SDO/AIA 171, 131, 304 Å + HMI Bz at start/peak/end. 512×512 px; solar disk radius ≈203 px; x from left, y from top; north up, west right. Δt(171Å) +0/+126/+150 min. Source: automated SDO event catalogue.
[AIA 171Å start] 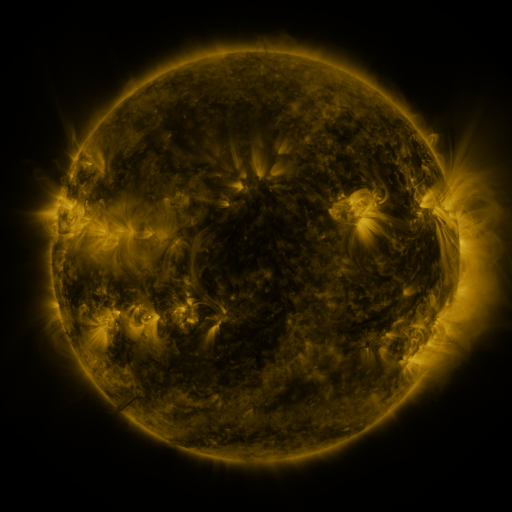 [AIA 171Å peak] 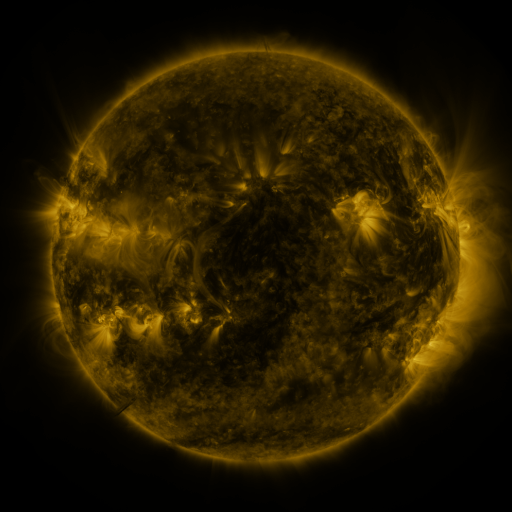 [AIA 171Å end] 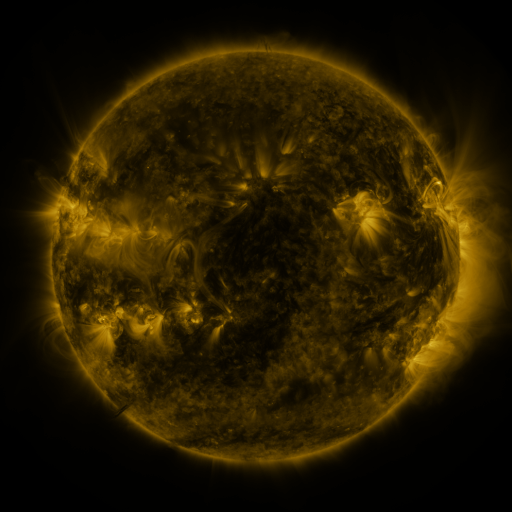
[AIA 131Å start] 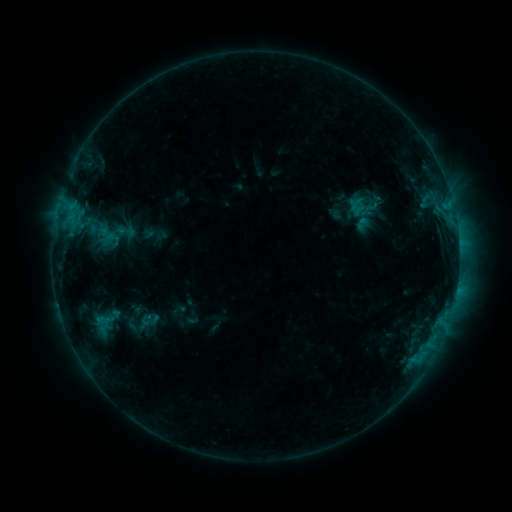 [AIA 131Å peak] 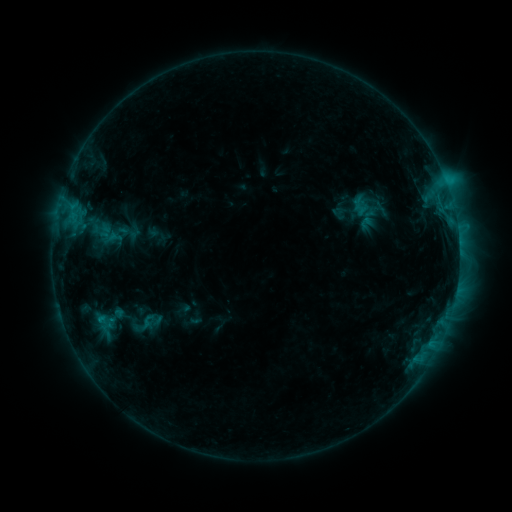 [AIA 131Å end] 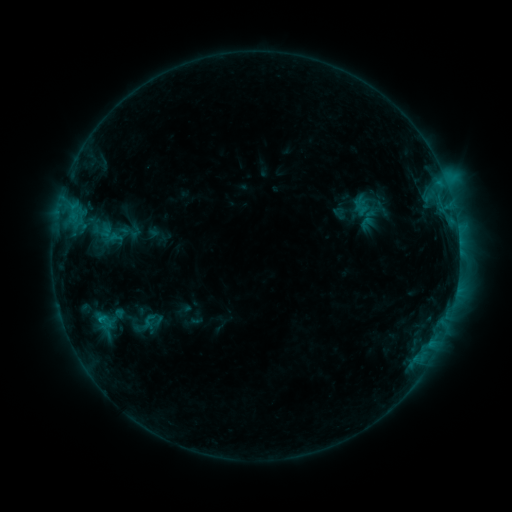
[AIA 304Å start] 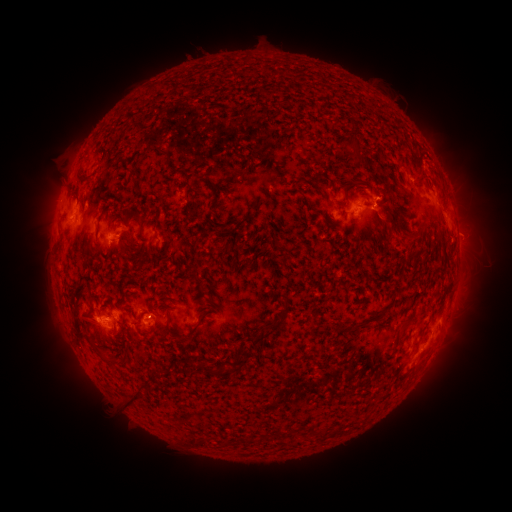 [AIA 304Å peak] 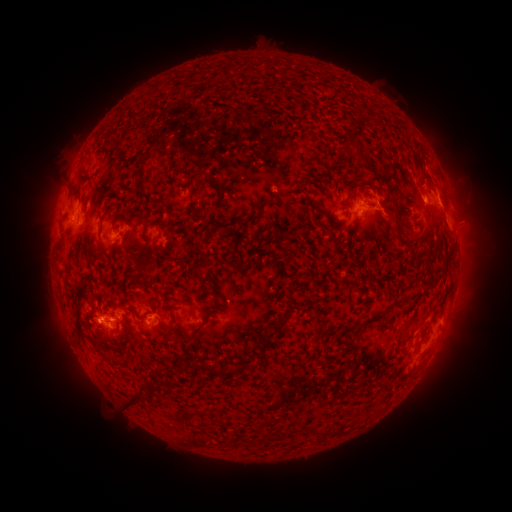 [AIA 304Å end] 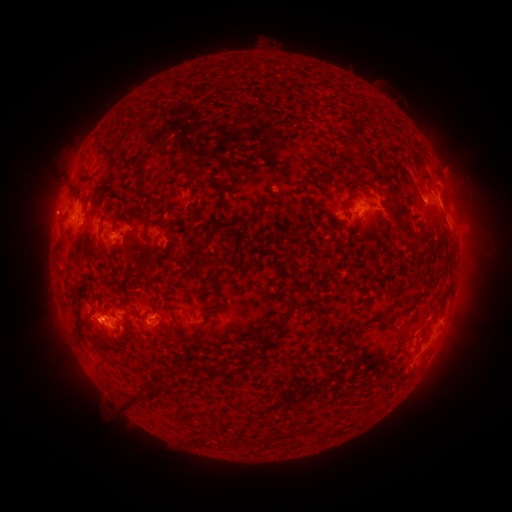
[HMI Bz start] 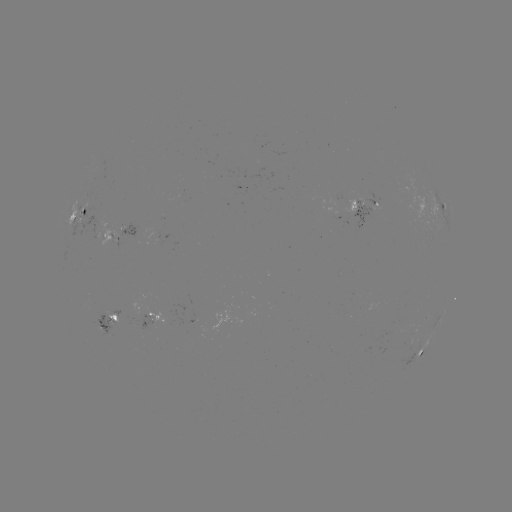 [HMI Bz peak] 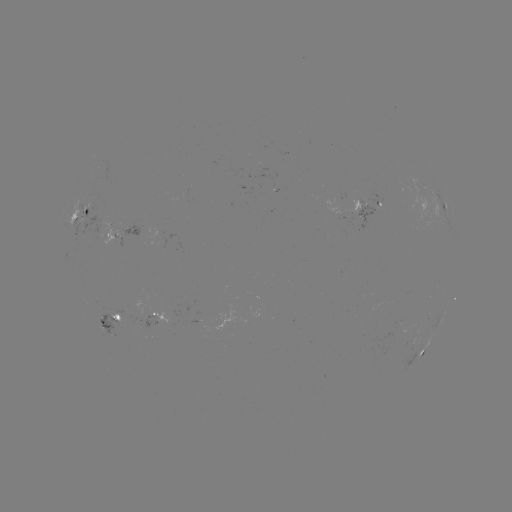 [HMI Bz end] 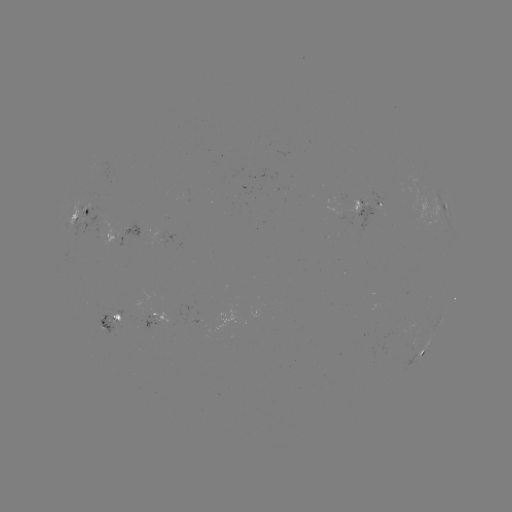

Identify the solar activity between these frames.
C2.3 flare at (445, 183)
